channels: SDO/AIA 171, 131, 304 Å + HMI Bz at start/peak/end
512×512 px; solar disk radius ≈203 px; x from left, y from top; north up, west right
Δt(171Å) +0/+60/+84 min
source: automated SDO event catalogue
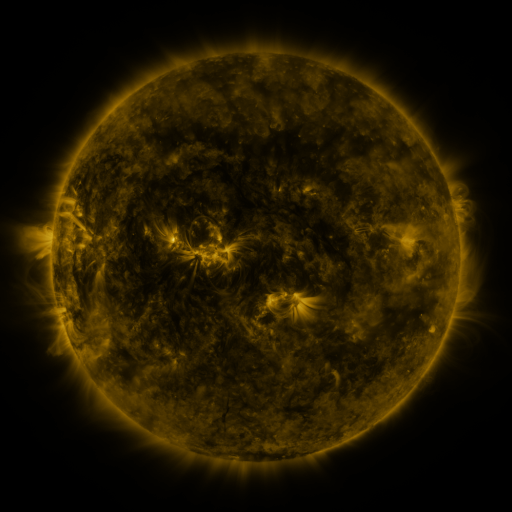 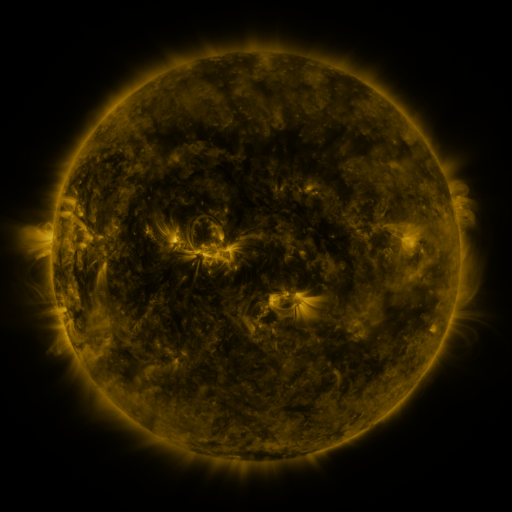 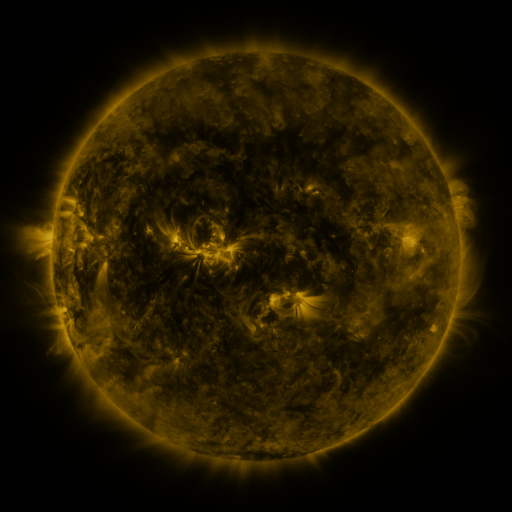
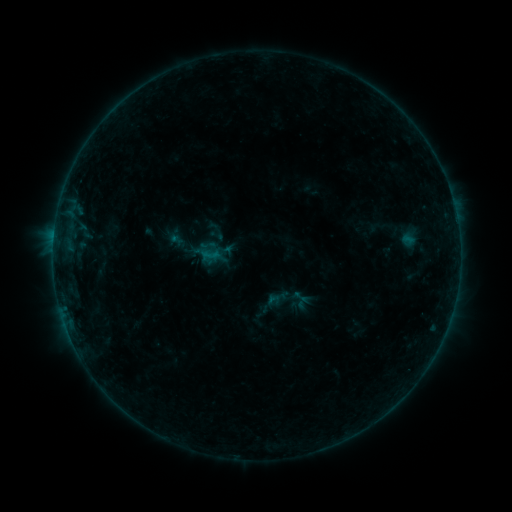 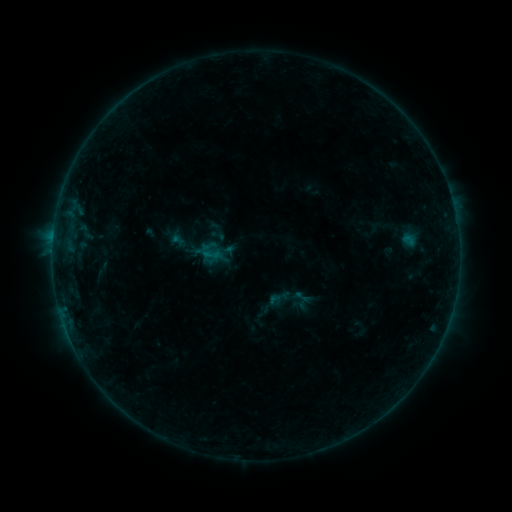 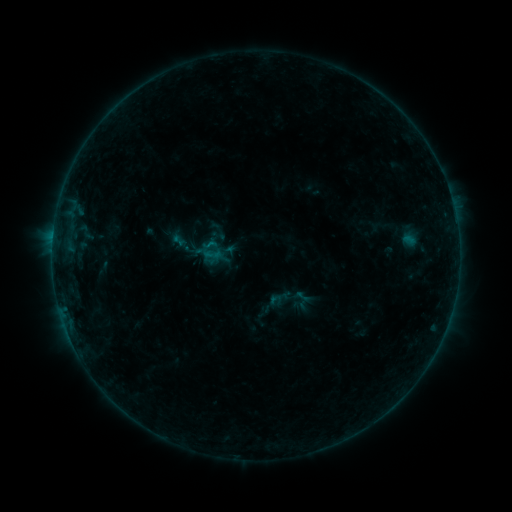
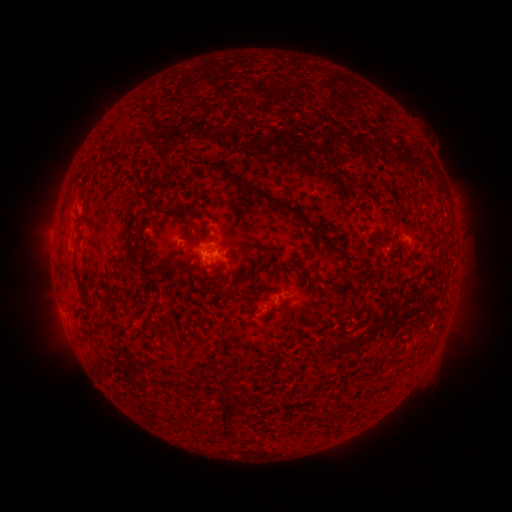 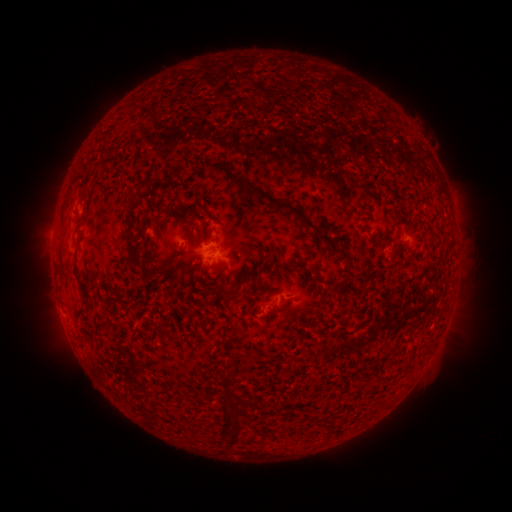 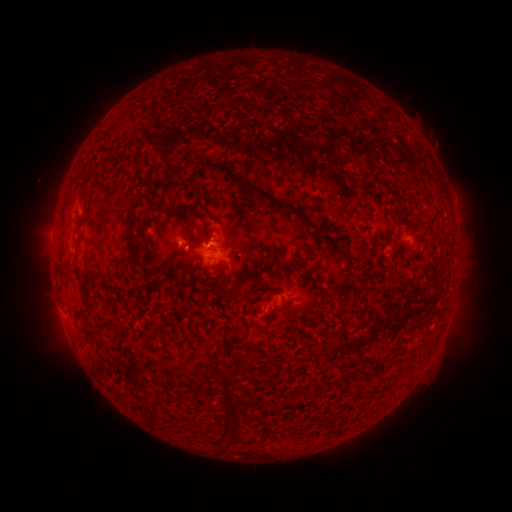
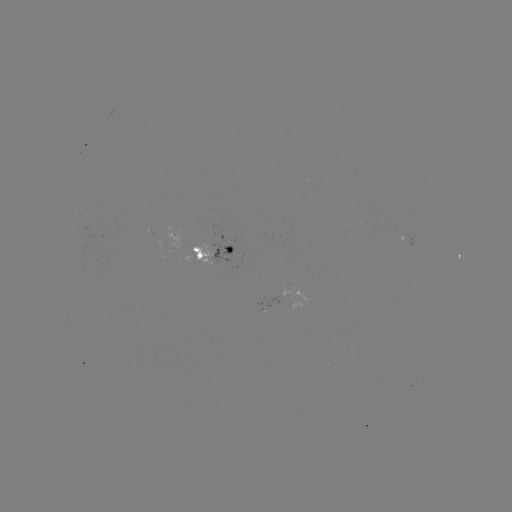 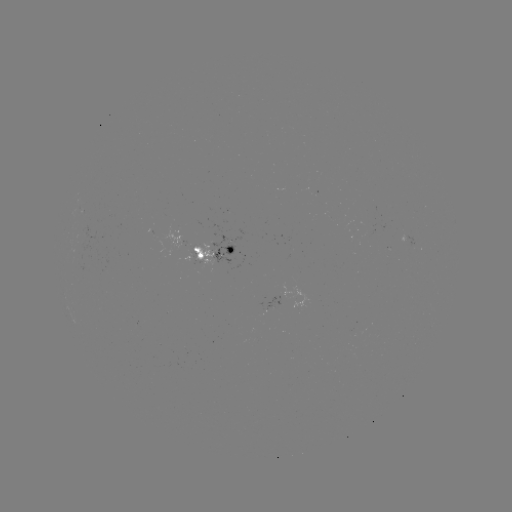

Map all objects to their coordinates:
emerging-flux region: (193, 259)
